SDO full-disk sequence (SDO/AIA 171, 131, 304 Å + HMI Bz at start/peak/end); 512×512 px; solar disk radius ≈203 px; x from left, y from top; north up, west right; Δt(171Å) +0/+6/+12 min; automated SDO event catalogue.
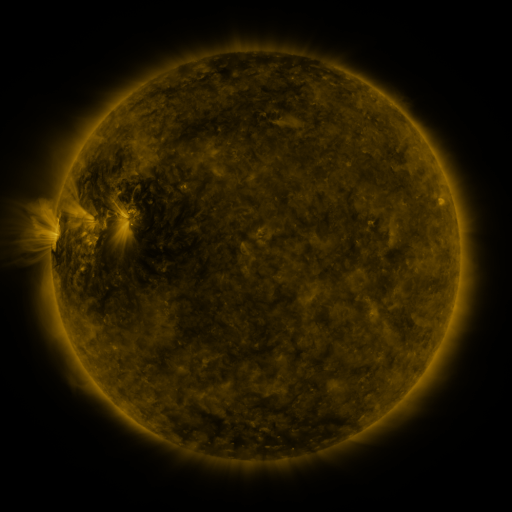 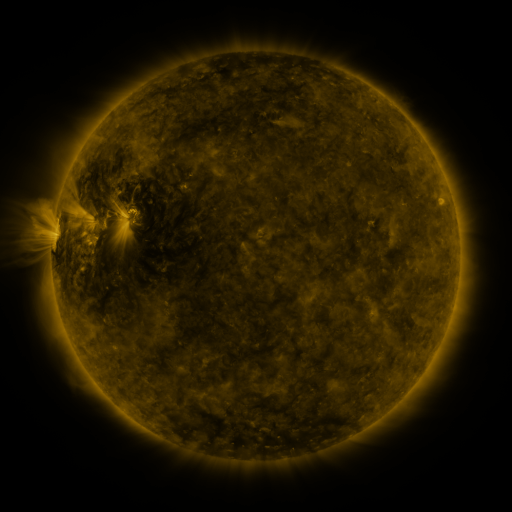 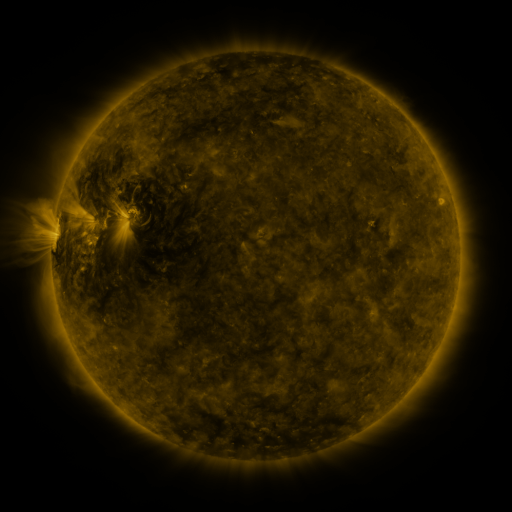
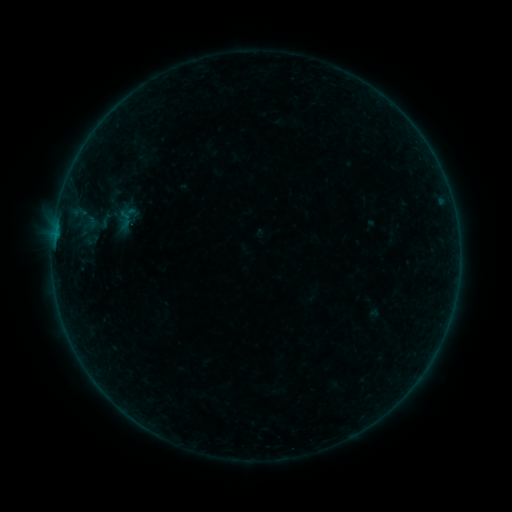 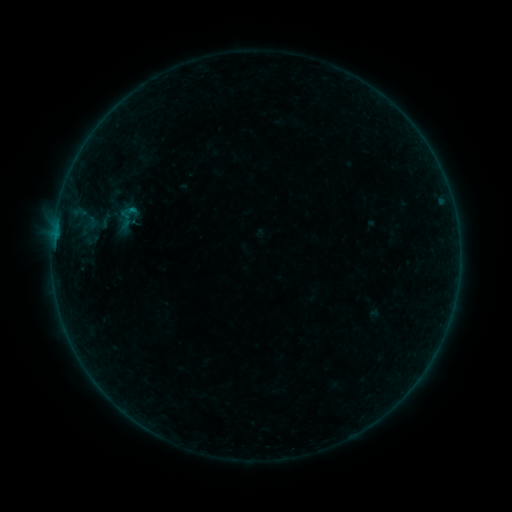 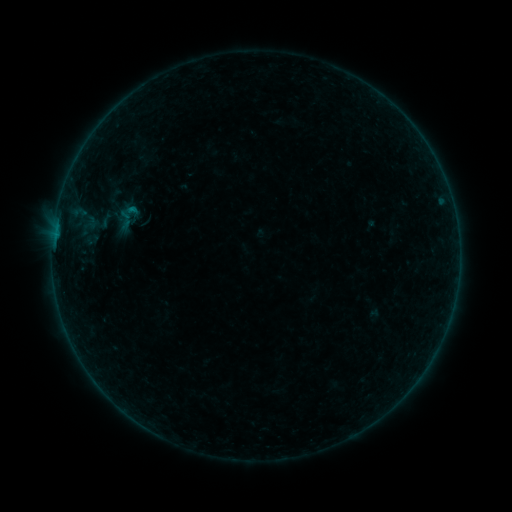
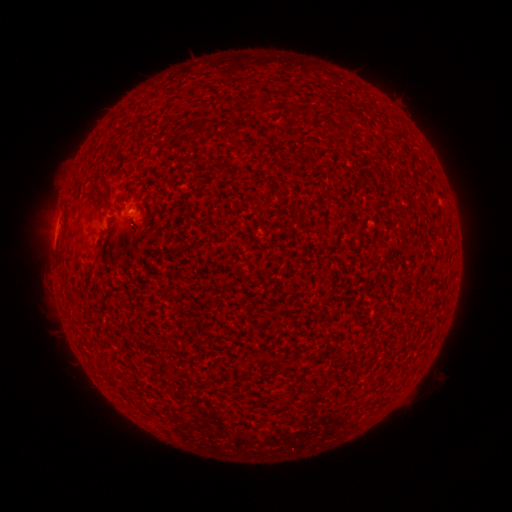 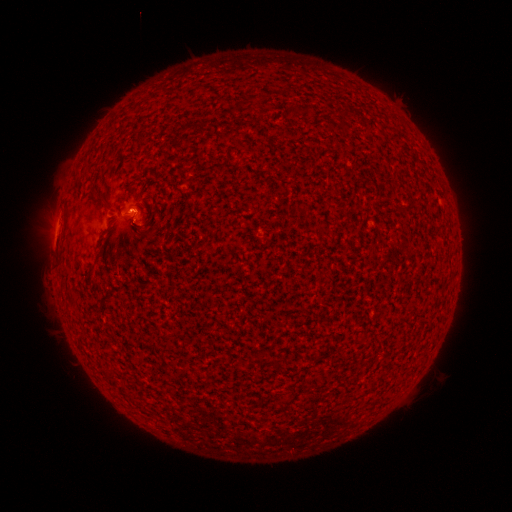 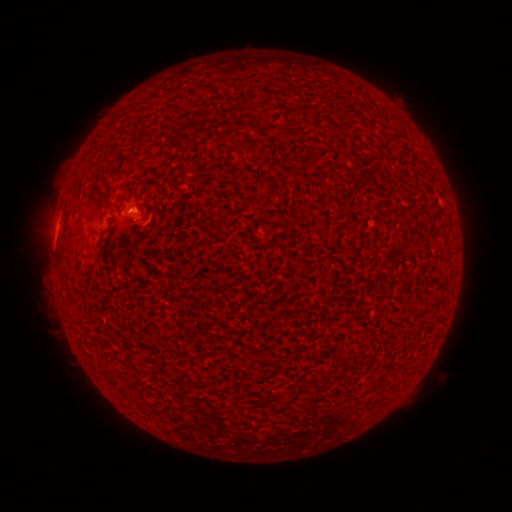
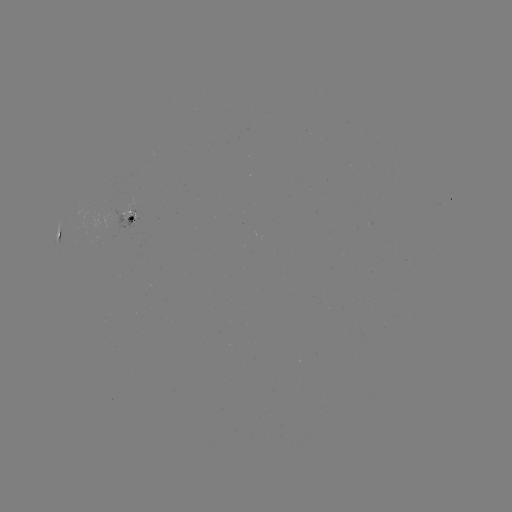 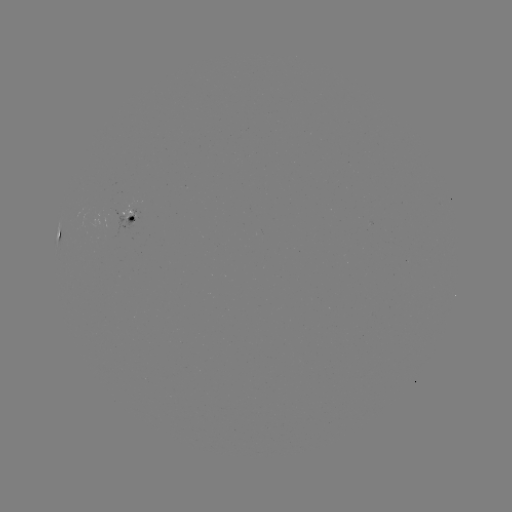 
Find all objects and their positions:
B3.4 flare: (135, 210)
